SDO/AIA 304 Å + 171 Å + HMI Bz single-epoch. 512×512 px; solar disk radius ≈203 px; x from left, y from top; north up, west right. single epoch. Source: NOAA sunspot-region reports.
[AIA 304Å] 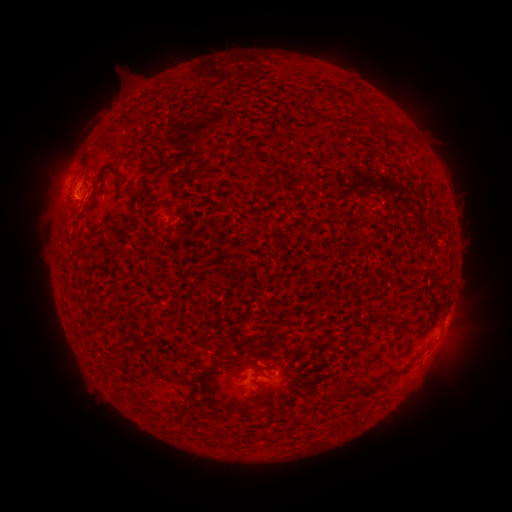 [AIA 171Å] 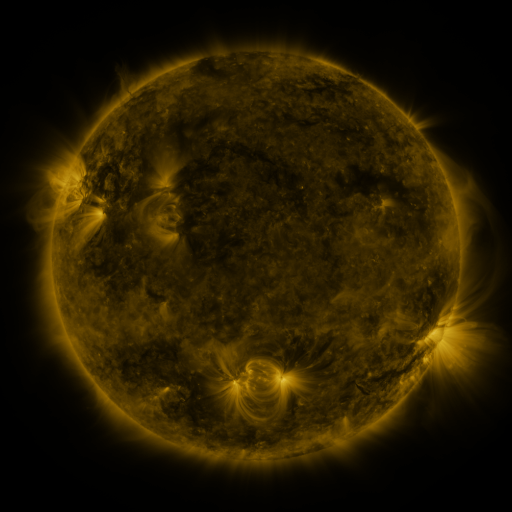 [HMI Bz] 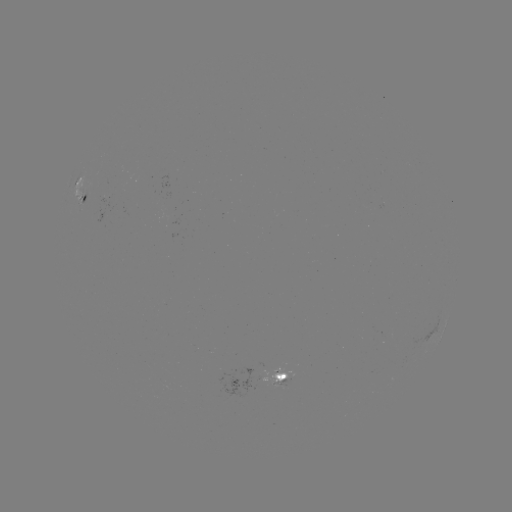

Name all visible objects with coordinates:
spotted active region: (82, 189)
spotted active region: (283, 378)
